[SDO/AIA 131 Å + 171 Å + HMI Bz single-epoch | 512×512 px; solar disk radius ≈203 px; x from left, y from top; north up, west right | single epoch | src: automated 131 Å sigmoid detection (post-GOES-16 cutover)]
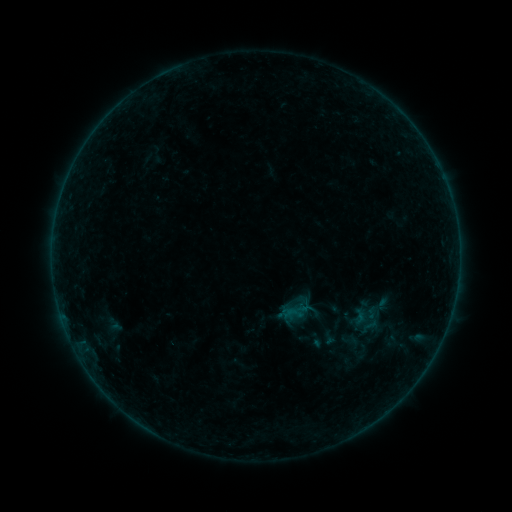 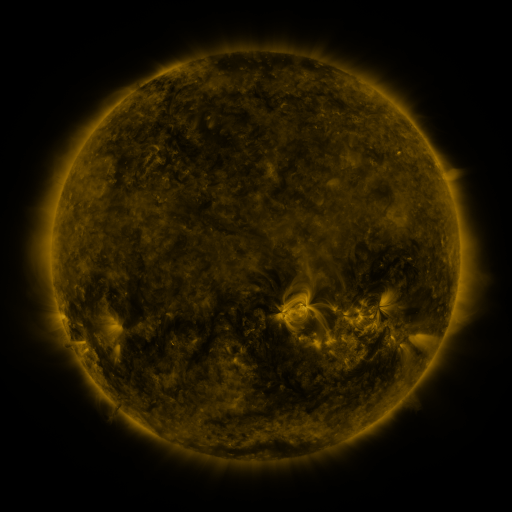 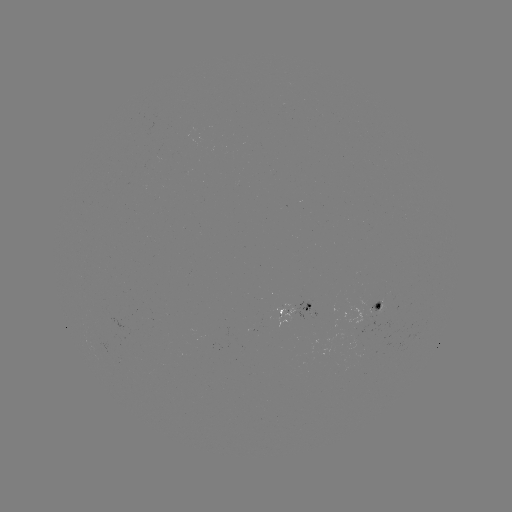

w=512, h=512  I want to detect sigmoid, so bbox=[90, 311, 127, 335].